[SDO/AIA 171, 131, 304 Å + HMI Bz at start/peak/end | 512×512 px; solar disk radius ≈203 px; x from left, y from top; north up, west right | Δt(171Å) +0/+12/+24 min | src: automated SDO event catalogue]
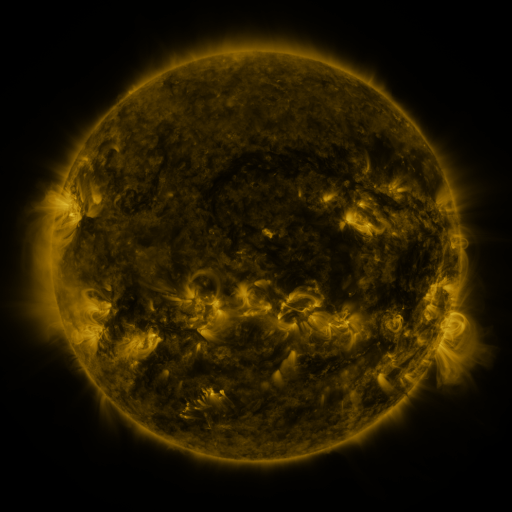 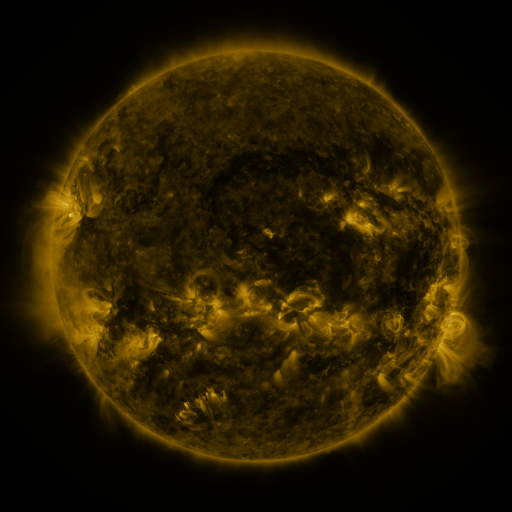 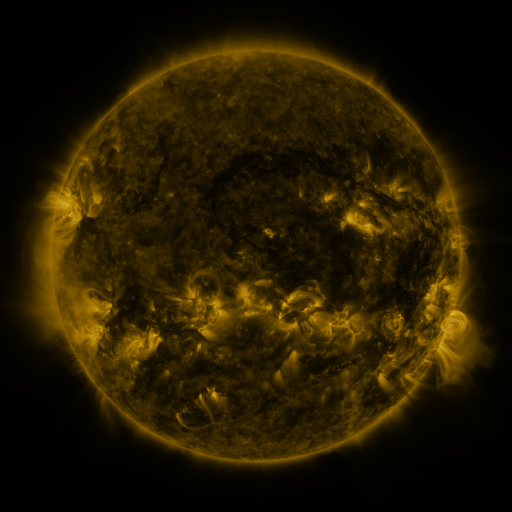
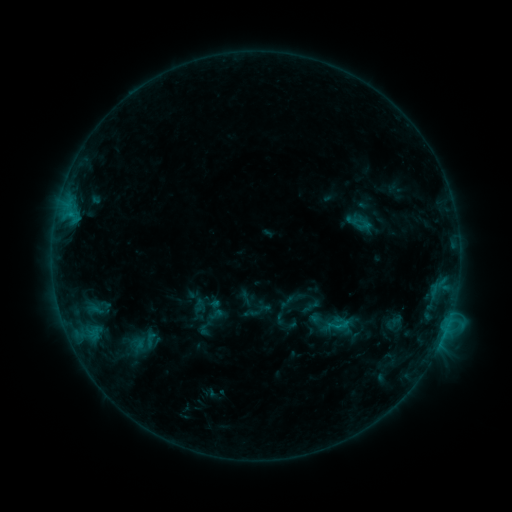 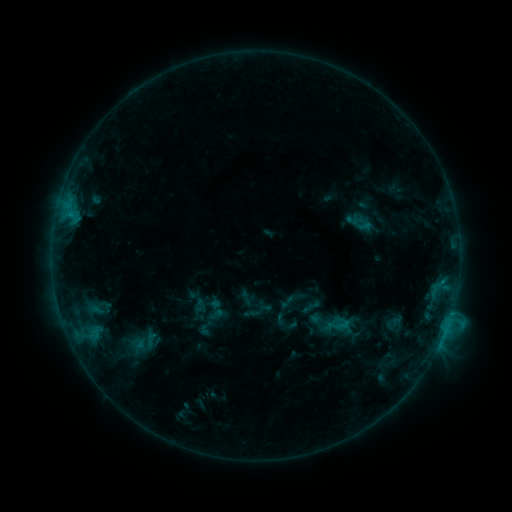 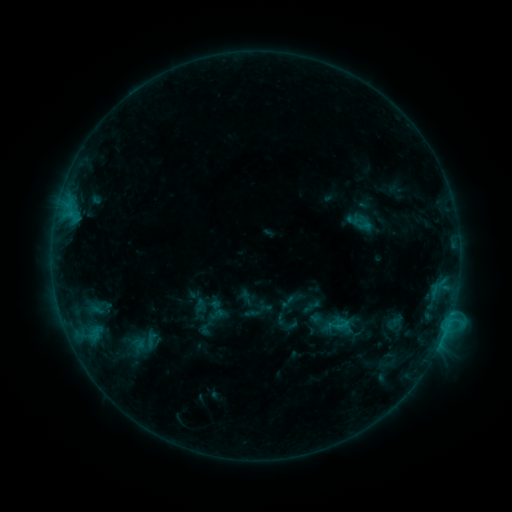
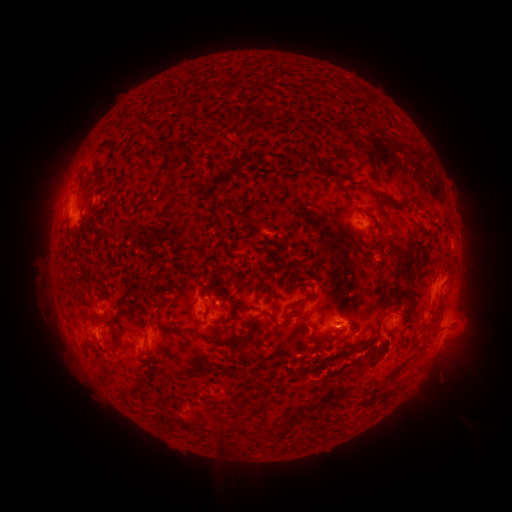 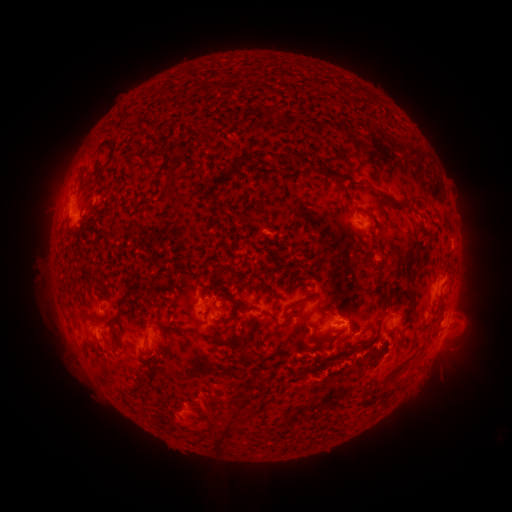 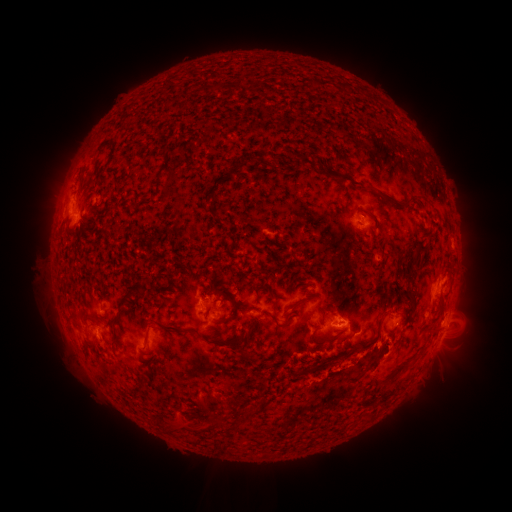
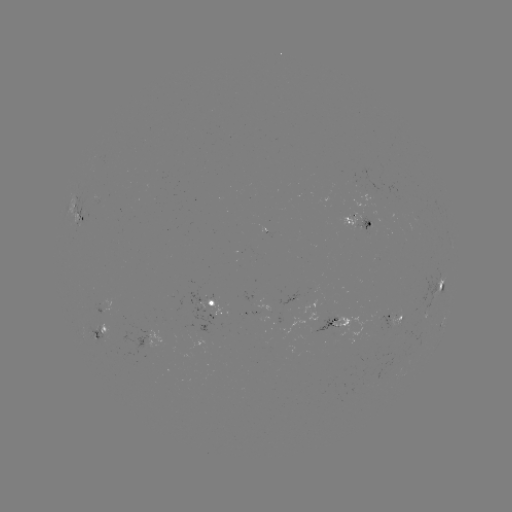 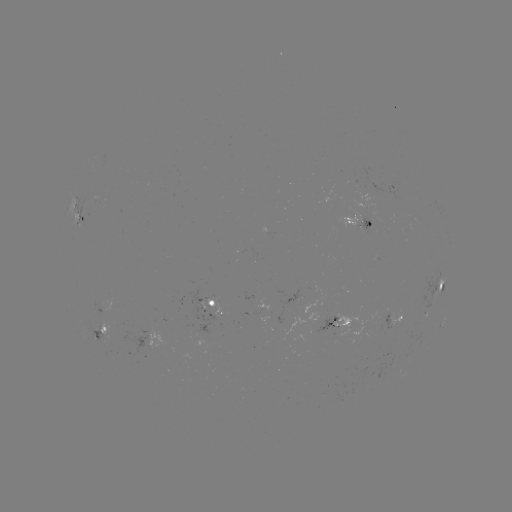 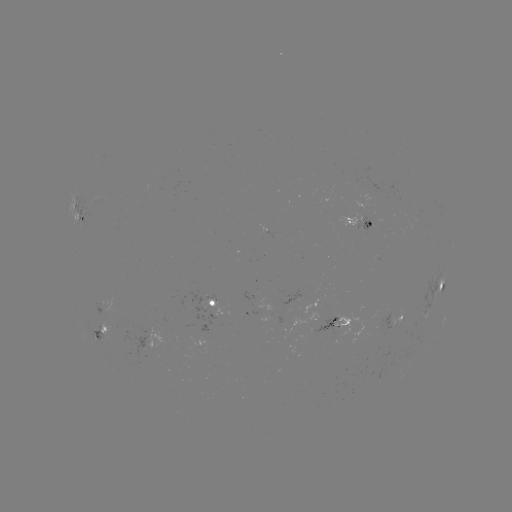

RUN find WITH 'eruption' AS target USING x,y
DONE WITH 200,419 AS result